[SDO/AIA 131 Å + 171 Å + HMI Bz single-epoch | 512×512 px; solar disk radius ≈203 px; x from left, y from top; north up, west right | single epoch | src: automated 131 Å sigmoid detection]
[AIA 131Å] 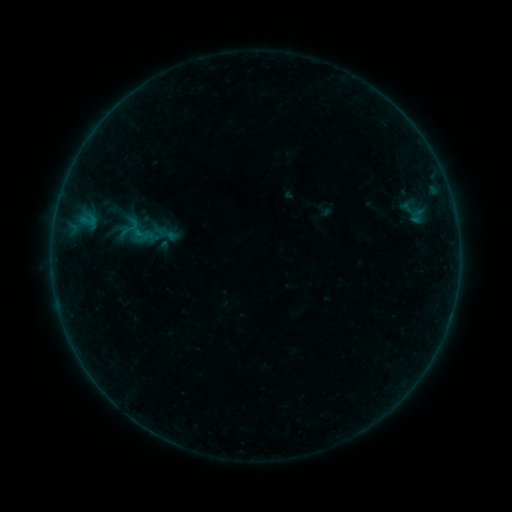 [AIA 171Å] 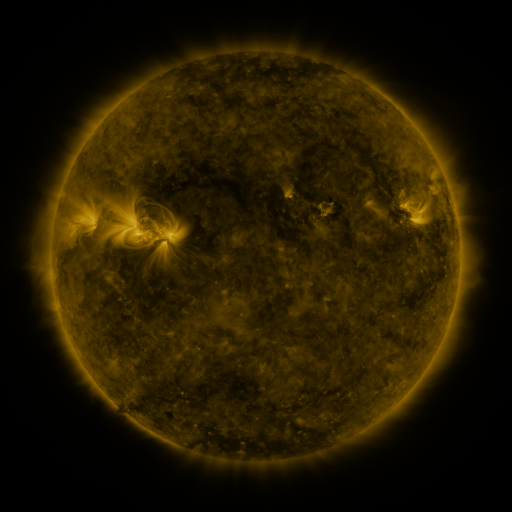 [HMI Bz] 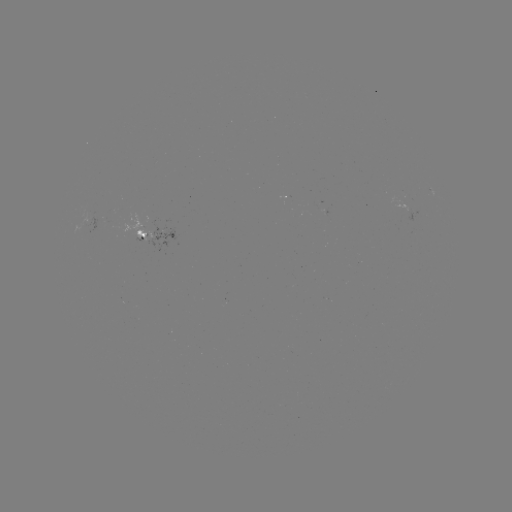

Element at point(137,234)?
sigmoid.